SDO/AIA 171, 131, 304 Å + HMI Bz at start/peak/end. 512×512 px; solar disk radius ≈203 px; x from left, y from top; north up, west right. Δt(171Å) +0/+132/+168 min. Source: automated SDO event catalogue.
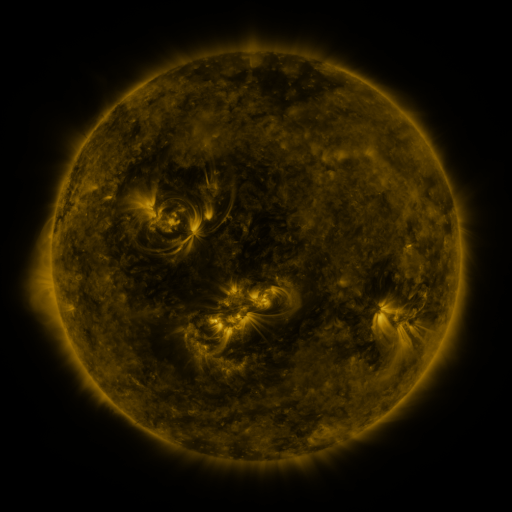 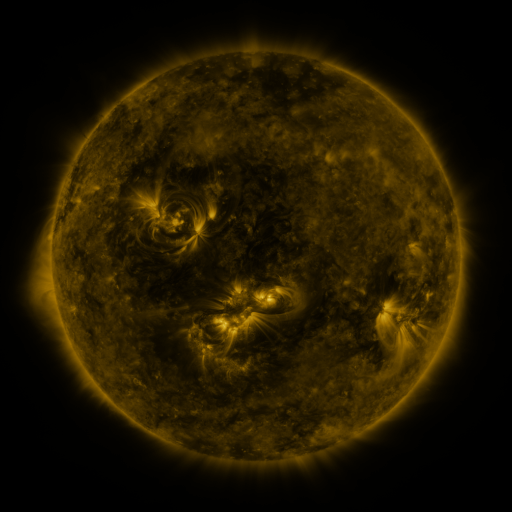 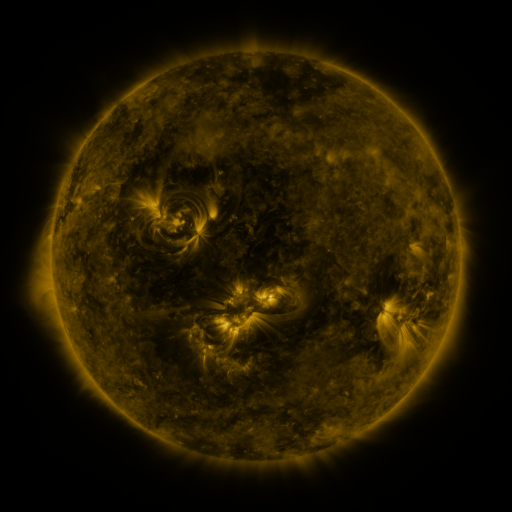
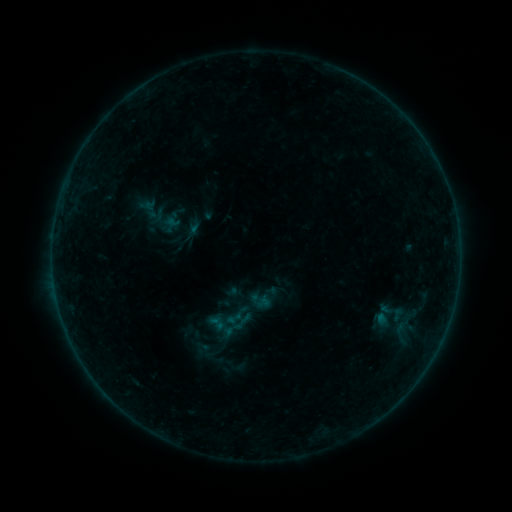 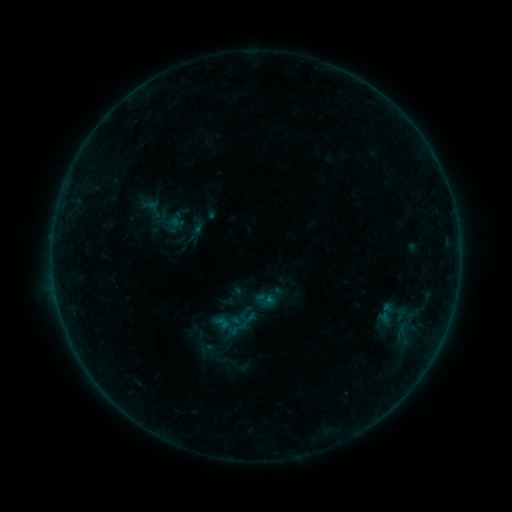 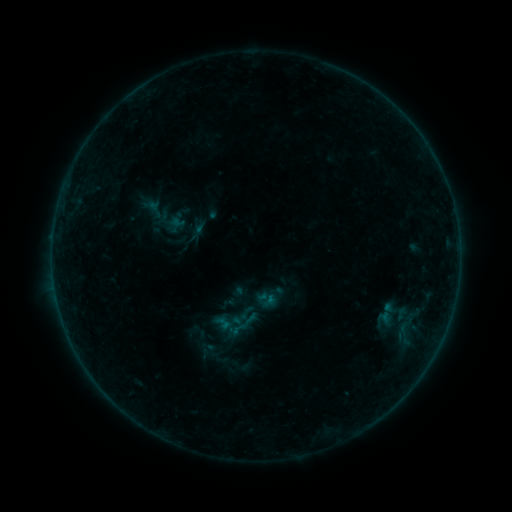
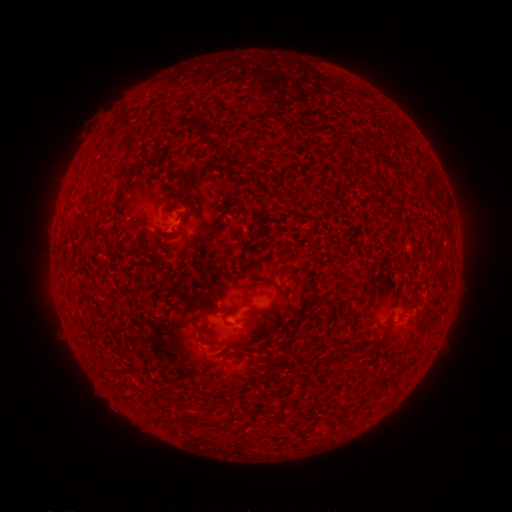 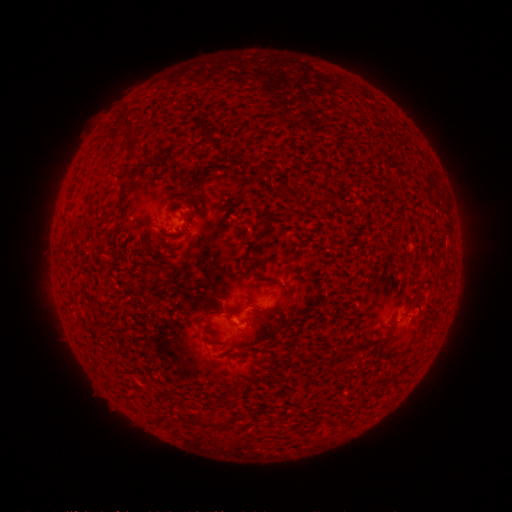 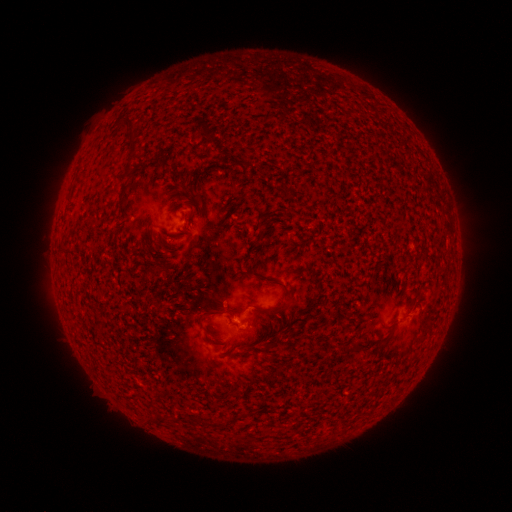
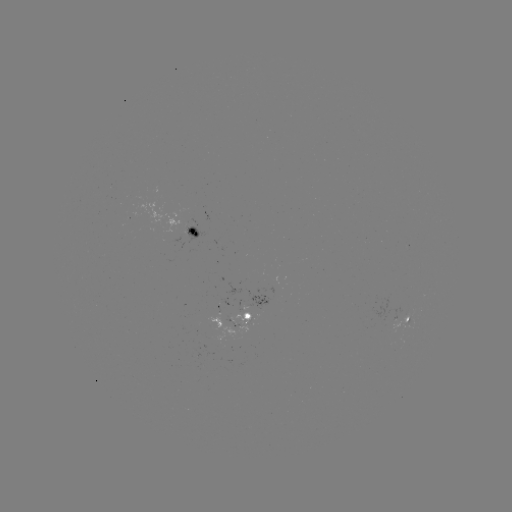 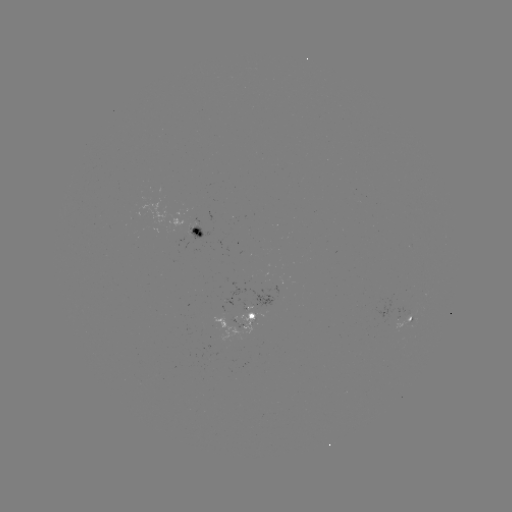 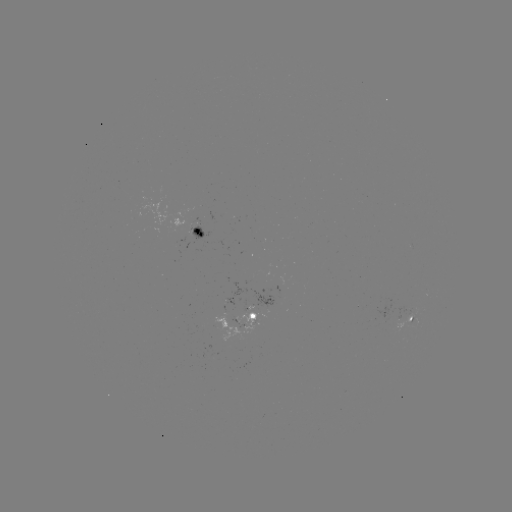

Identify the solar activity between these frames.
emerging-flux region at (263, 308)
